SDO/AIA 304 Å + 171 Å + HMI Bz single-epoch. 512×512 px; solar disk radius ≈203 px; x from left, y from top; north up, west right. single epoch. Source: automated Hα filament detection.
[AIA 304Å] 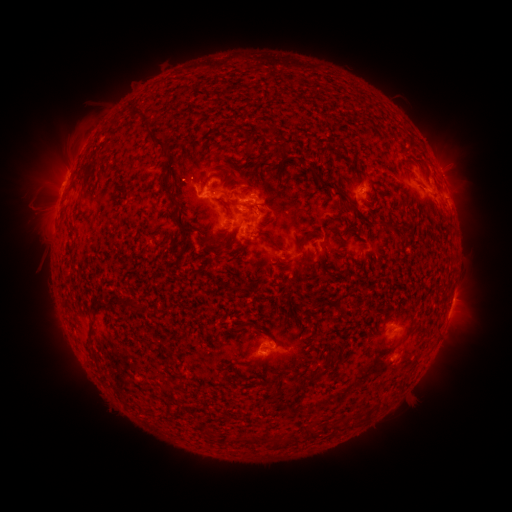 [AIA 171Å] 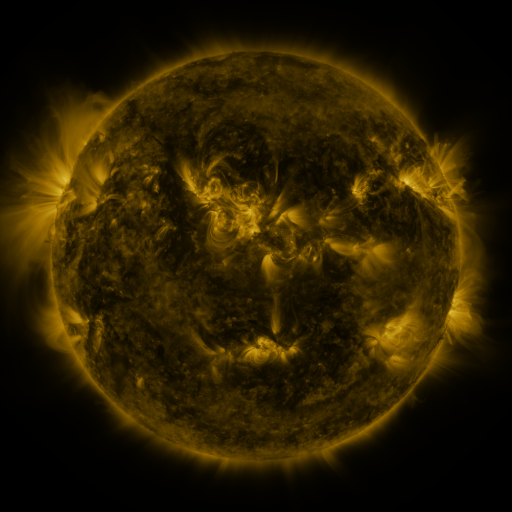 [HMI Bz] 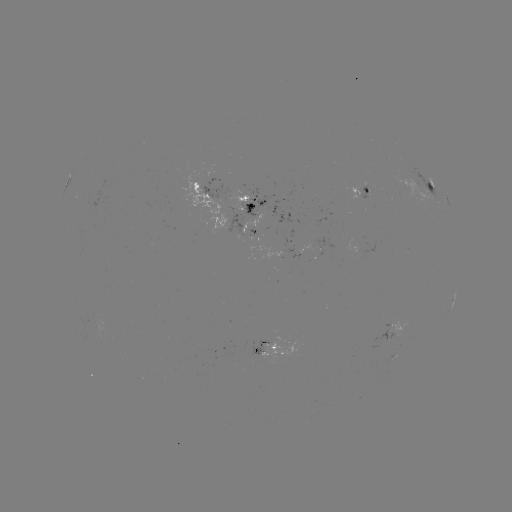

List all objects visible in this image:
filament: (157, 139)
filament: (165, 184)
filament: (430, 187)
filament: (333, 191)
filament: (361, 217)
filament: (180, 225)
filament: (306, 239)
filament: (275, 244)
filament: (307, 258)
filament: (241, 325)
filament: (338, 348)
filament: (325, 368)
filament: (306, 379)
filament: (288, 387)
